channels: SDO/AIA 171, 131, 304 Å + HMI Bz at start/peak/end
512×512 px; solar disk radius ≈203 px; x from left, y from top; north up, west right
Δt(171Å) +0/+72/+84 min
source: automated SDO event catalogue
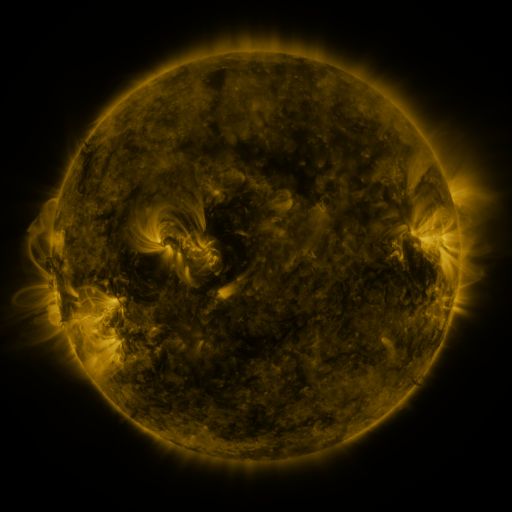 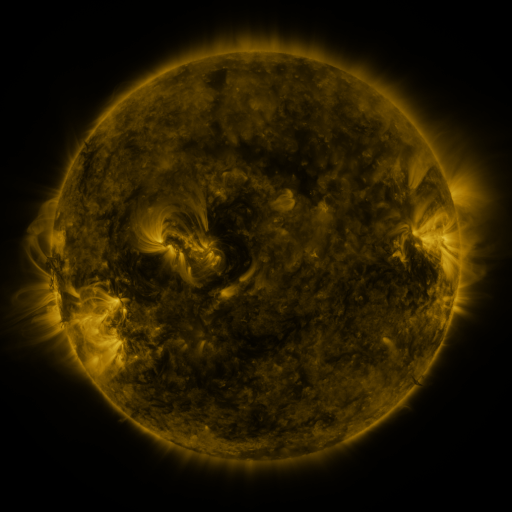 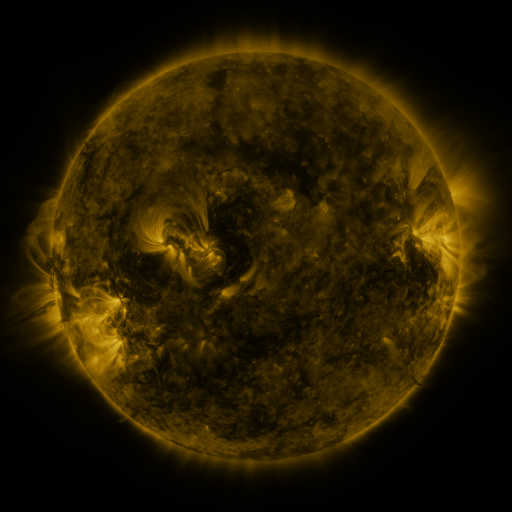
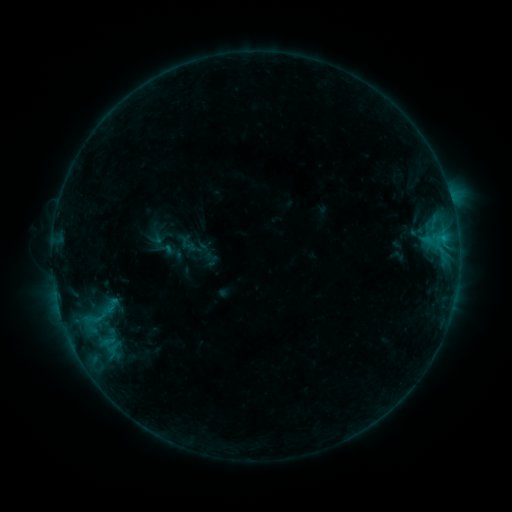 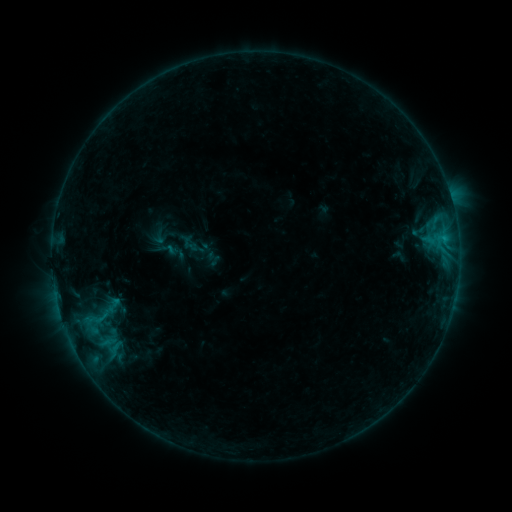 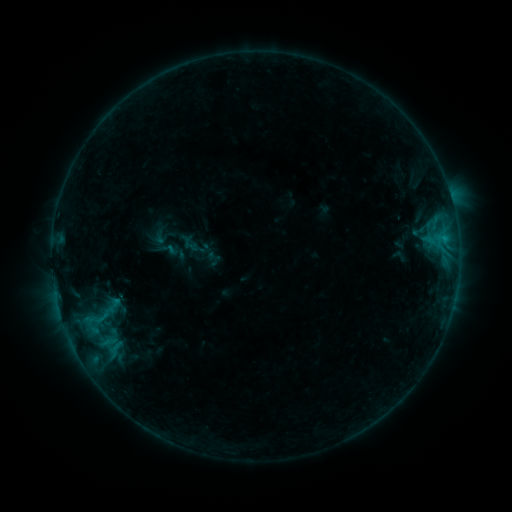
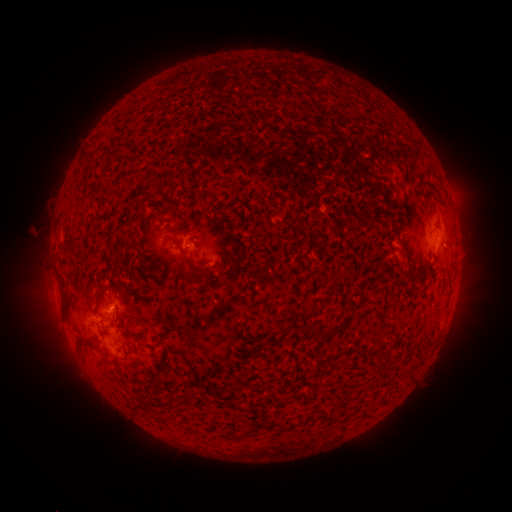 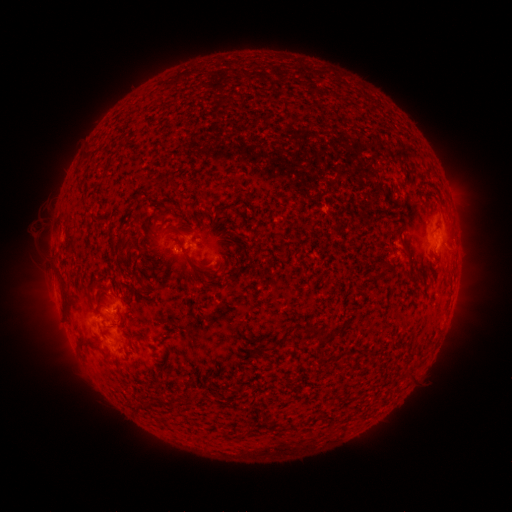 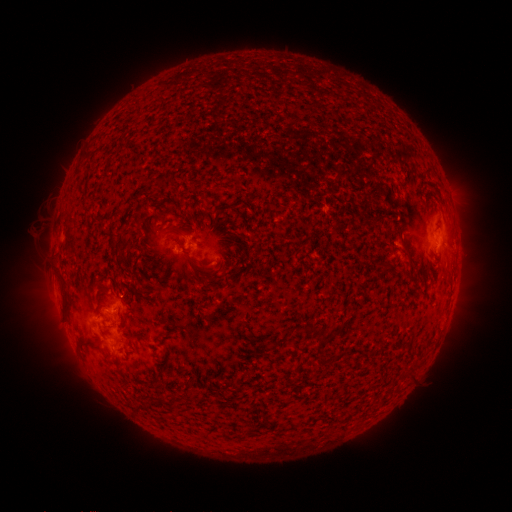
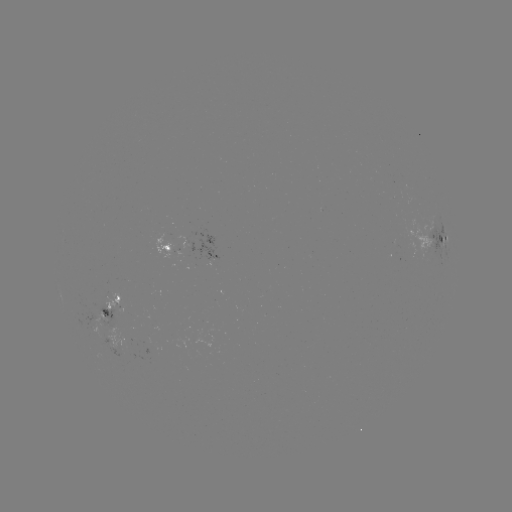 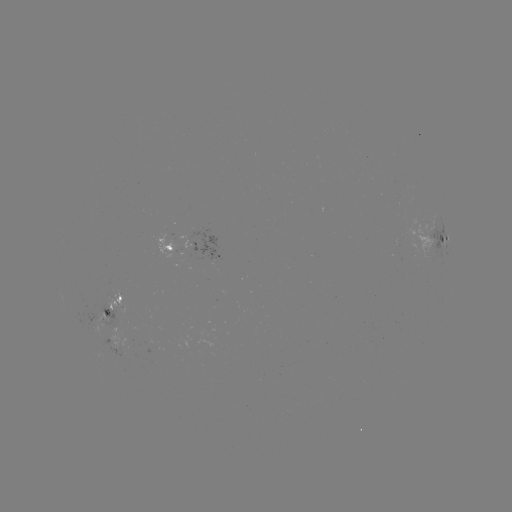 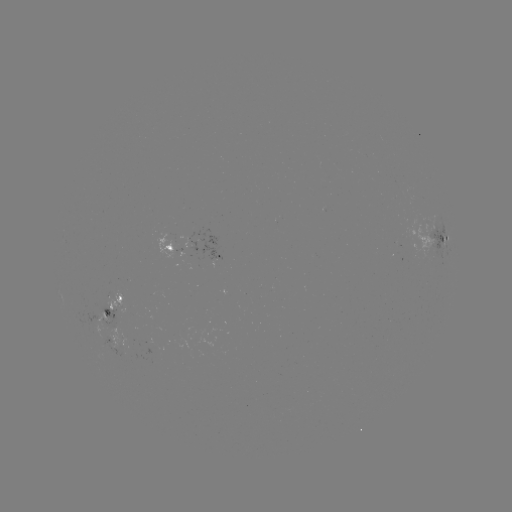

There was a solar emerging-flux region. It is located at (97, 320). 